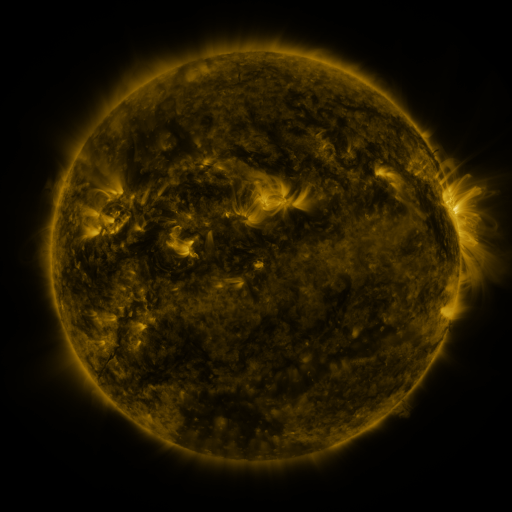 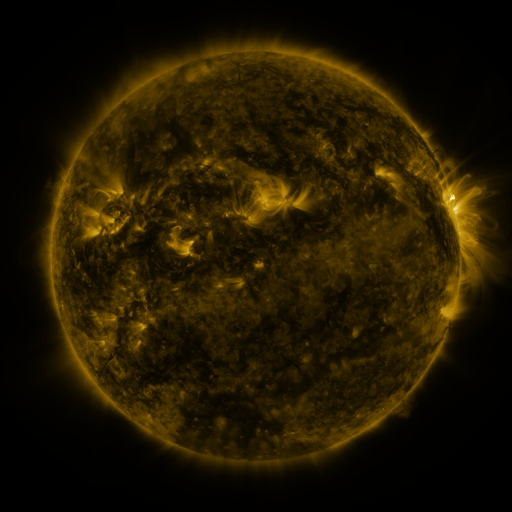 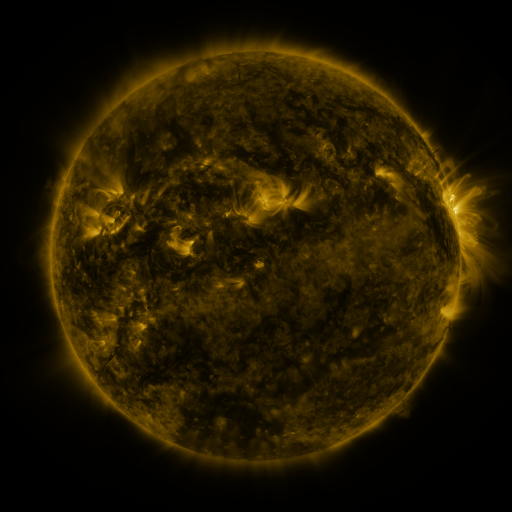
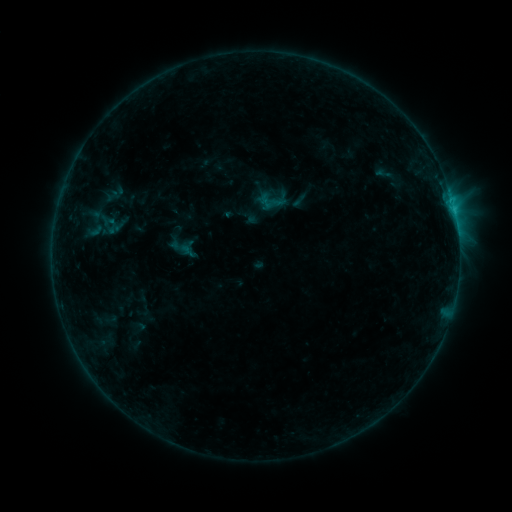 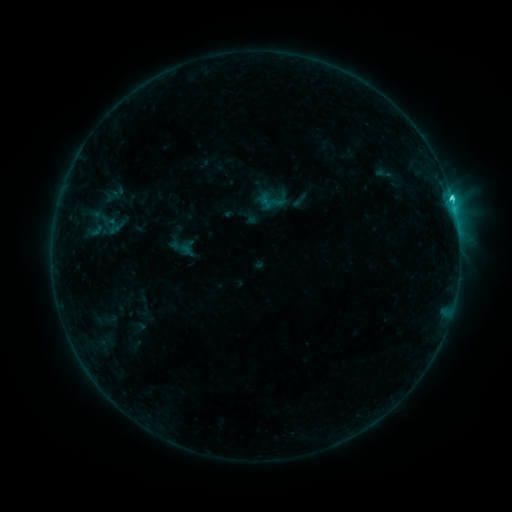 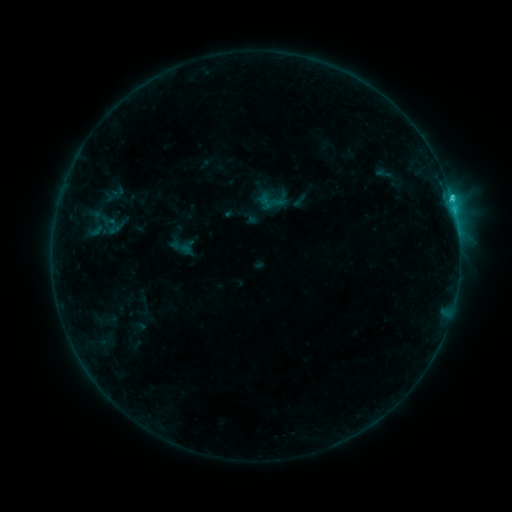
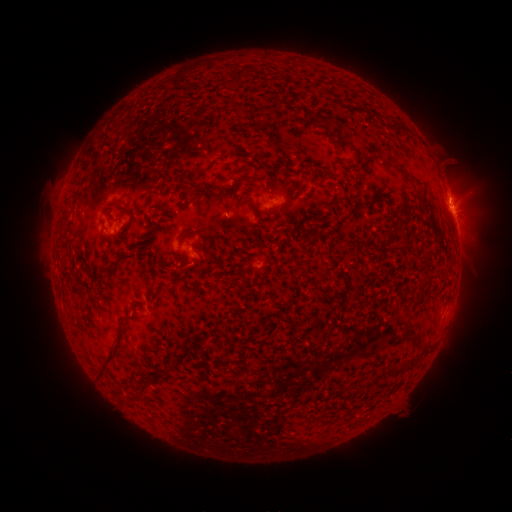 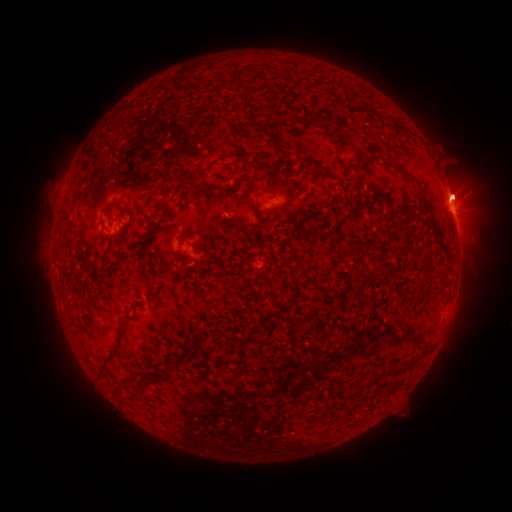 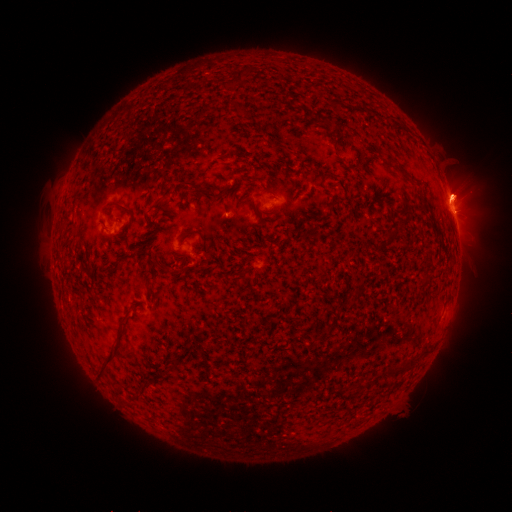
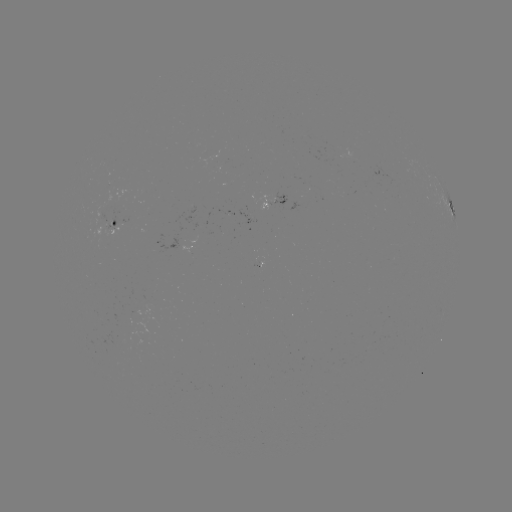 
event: eruption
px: (462, 194)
